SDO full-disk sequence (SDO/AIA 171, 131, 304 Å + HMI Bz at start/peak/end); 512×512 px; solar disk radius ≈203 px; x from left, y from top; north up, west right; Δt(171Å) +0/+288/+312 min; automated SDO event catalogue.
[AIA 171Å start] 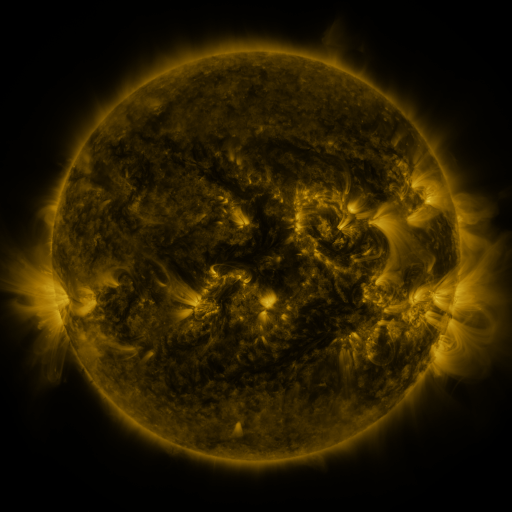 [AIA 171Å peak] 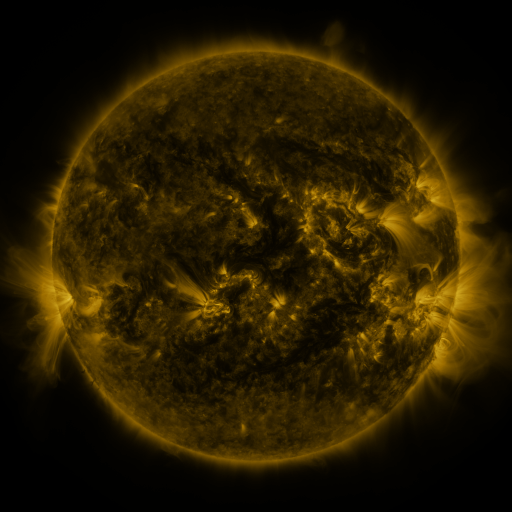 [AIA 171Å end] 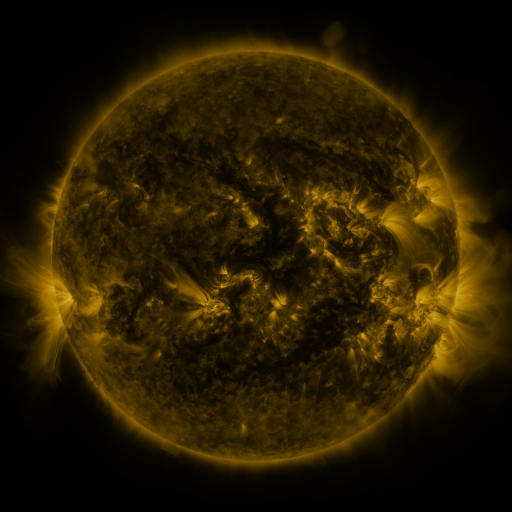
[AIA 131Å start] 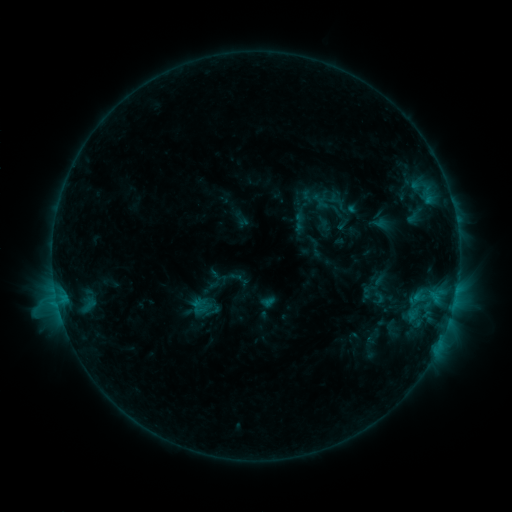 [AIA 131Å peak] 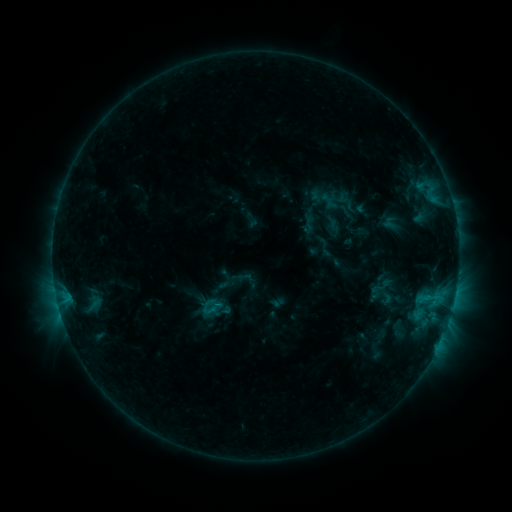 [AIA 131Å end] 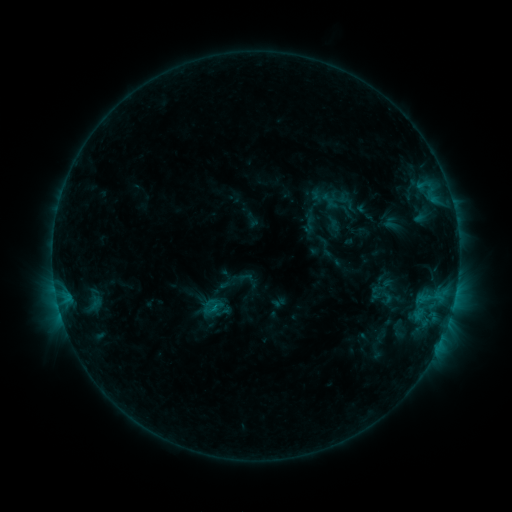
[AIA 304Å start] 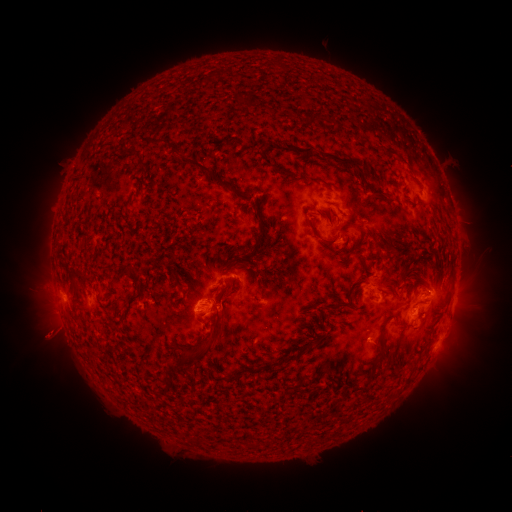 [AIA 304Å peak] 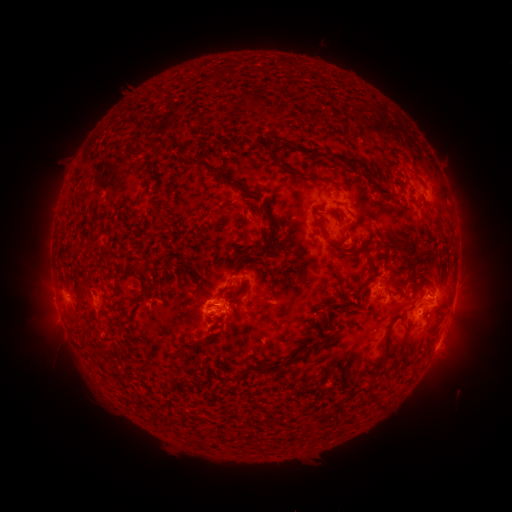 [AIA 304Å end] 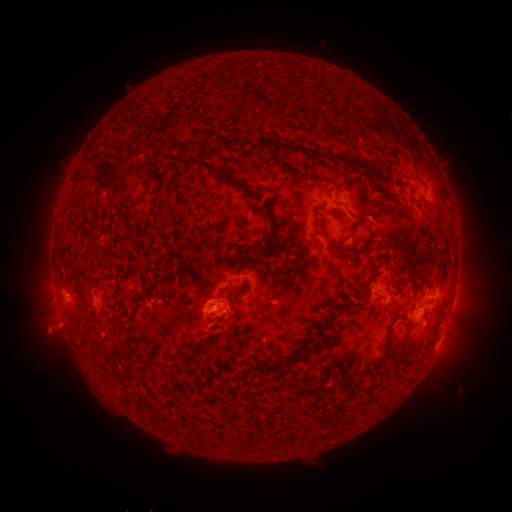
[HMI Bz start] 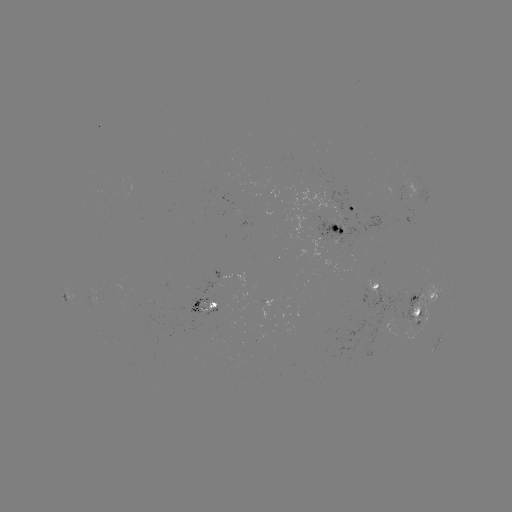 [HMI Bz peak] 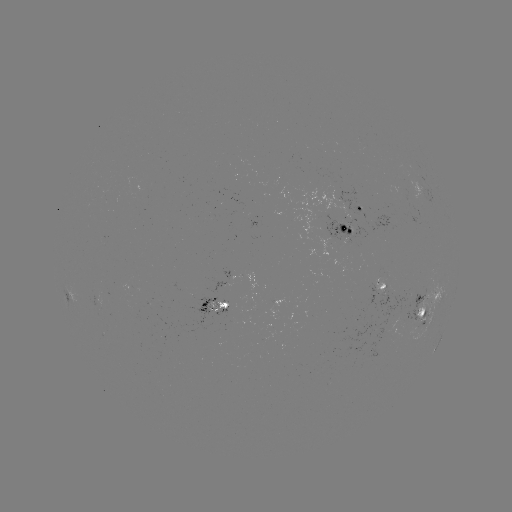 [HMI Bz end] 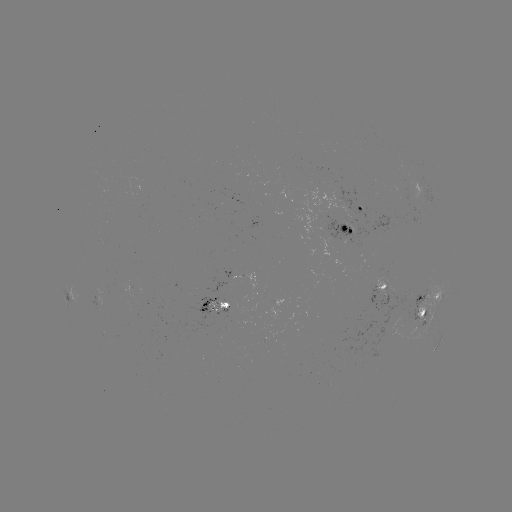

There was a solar emerging-flux region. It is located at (208, 306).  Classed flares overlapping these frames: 1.